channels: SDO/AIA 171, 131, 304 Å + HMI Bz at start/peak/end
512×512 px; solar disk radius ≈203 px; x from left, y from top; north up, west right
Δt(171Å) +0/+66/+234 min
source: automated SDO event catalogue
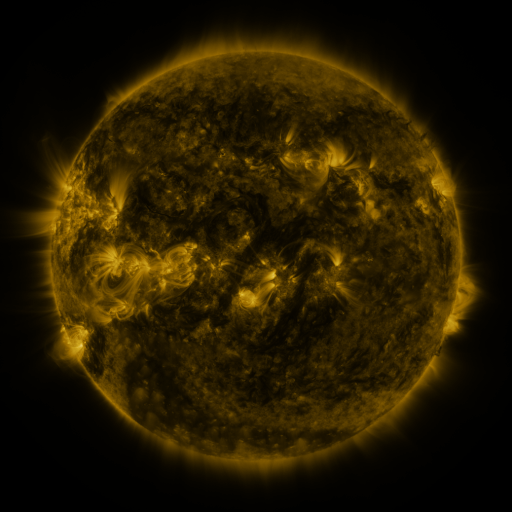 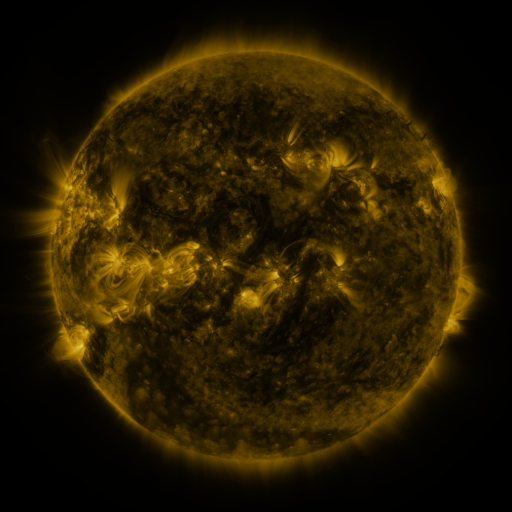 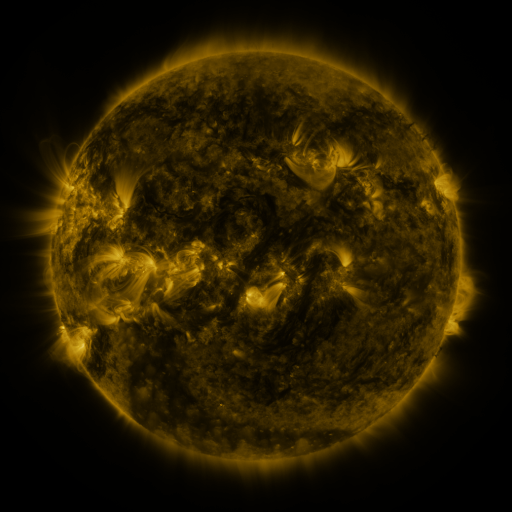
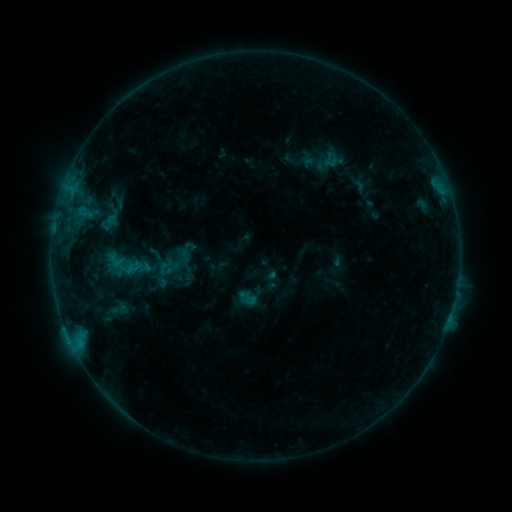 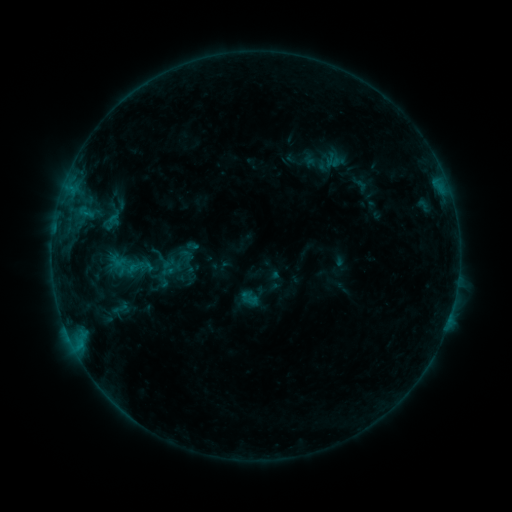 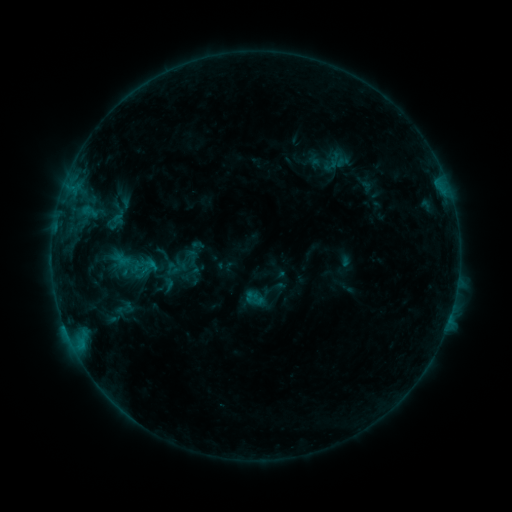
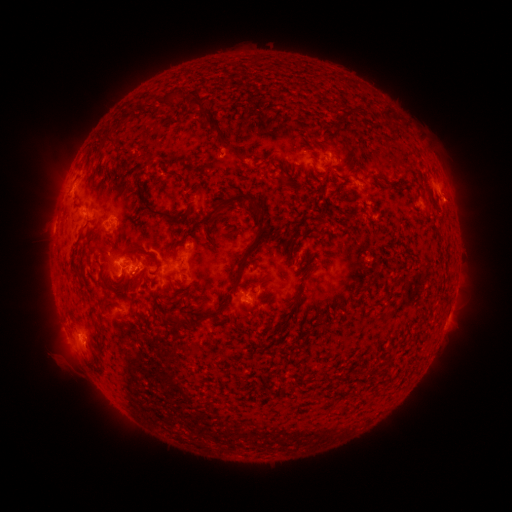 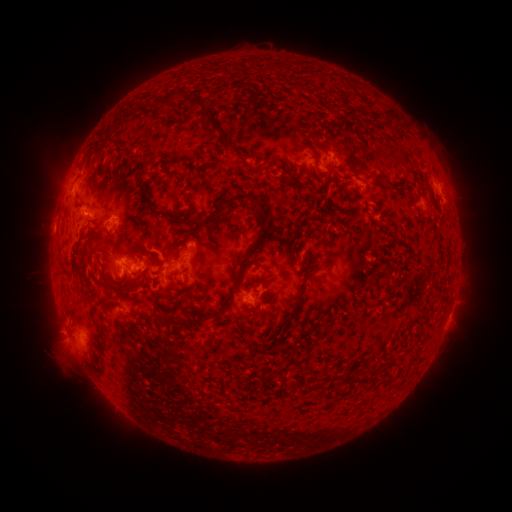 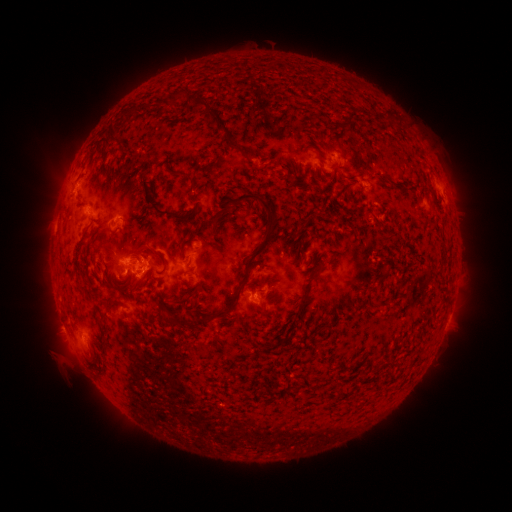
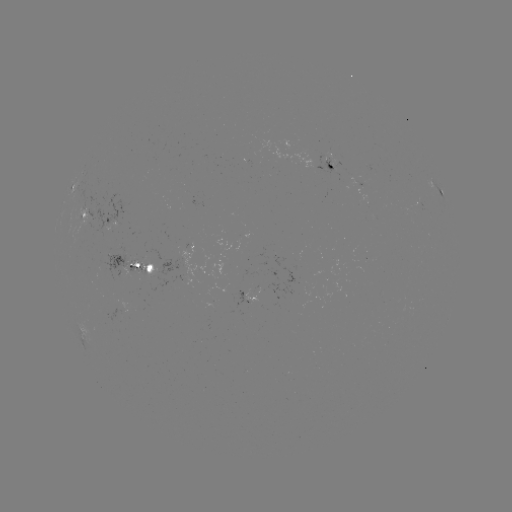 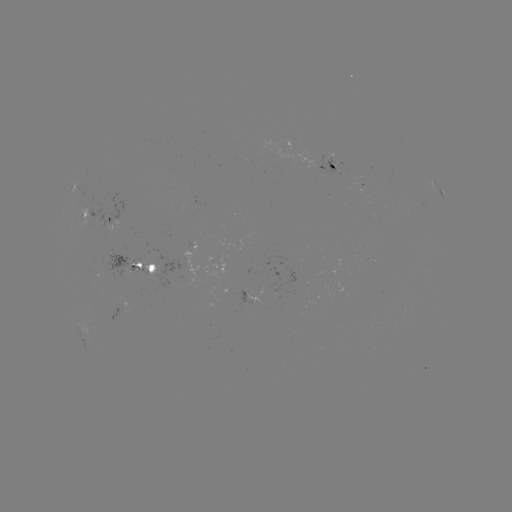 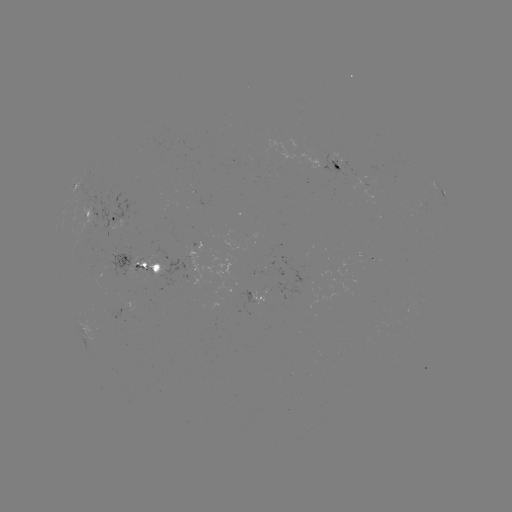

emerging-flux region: [363, 163, 375, 173]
